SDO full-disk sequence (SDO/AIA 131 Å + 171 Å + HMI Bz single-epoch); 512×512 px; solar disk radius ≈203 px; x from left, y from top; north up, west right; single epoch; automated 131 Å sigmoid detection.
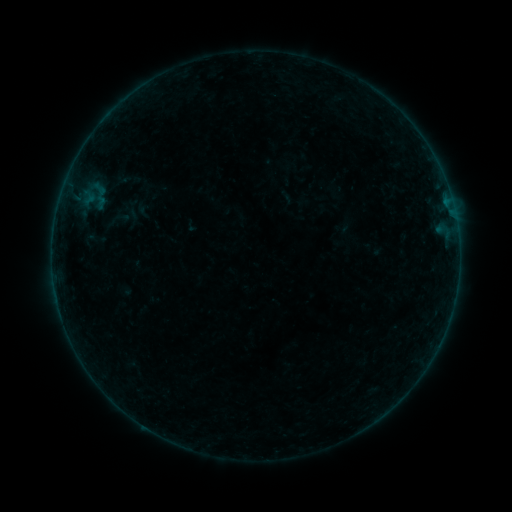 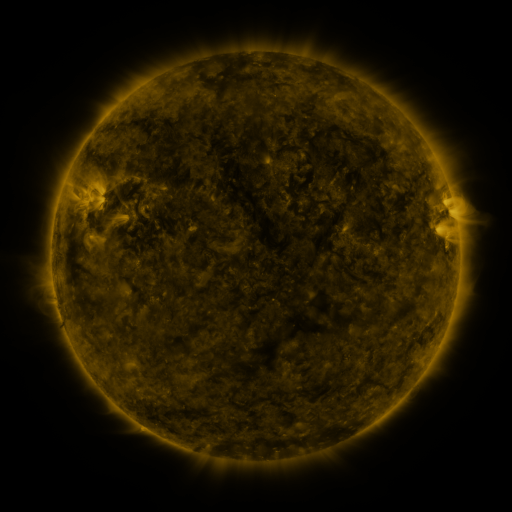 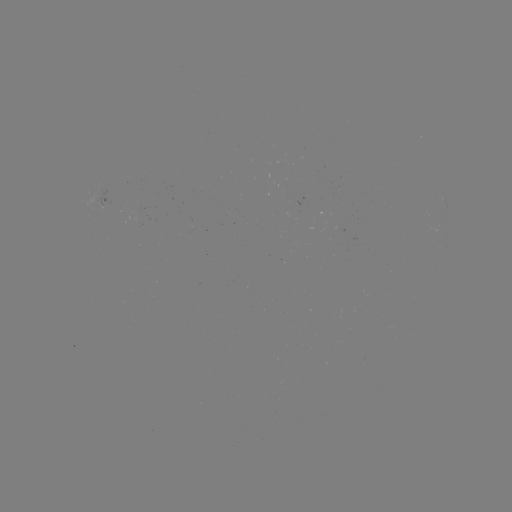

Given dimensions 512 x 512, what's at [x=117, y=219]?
sigmoid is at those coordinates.